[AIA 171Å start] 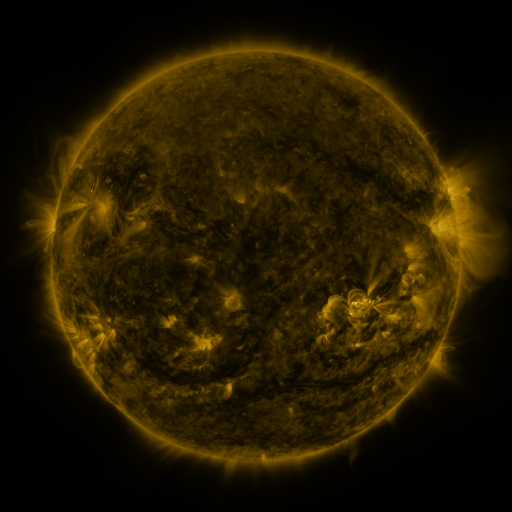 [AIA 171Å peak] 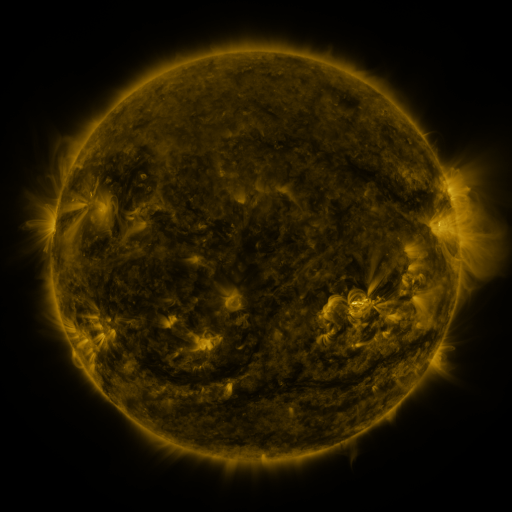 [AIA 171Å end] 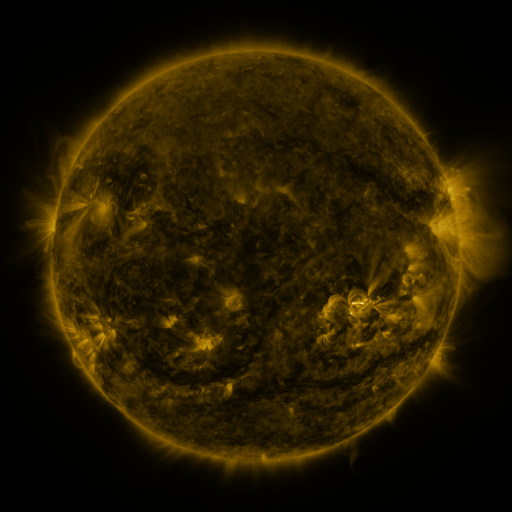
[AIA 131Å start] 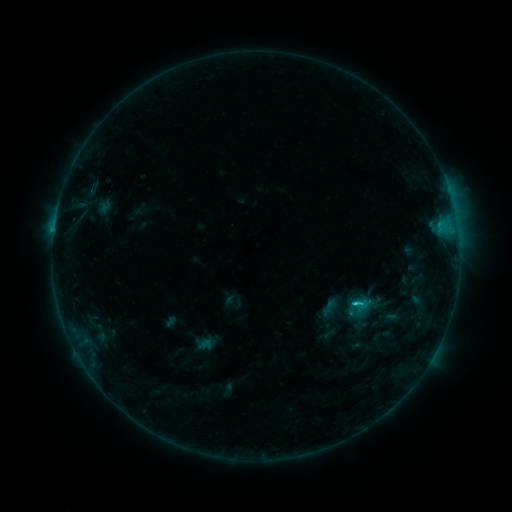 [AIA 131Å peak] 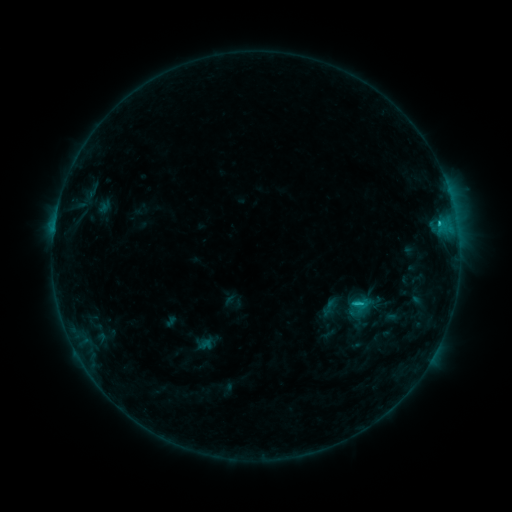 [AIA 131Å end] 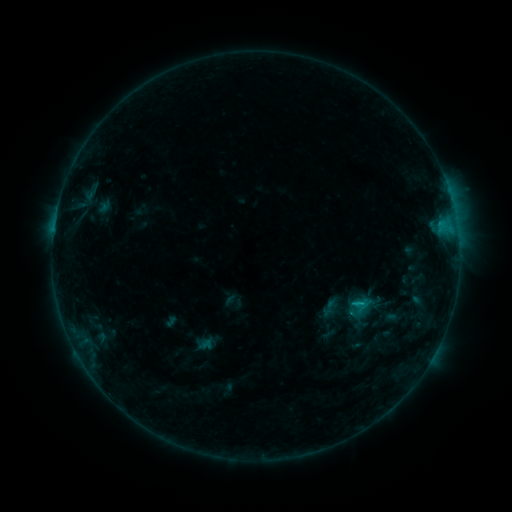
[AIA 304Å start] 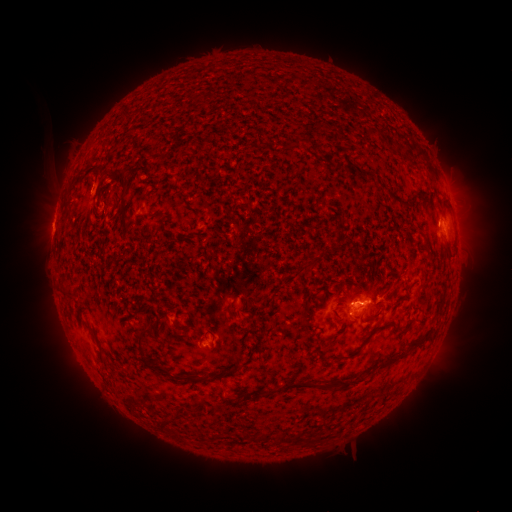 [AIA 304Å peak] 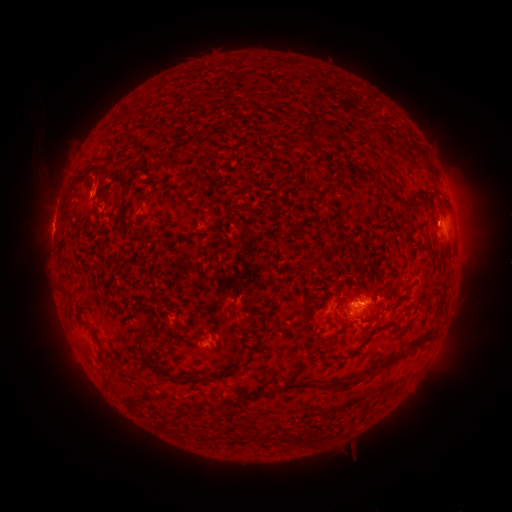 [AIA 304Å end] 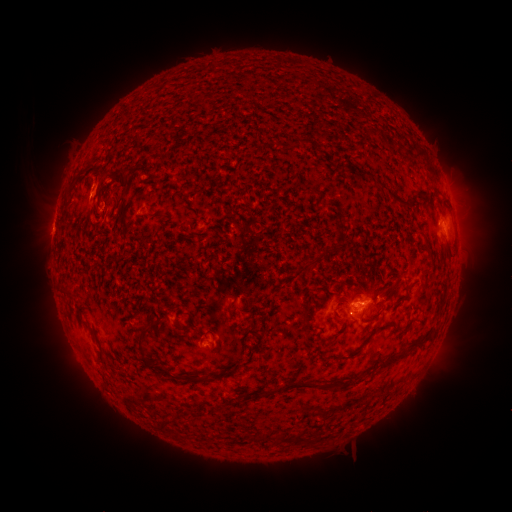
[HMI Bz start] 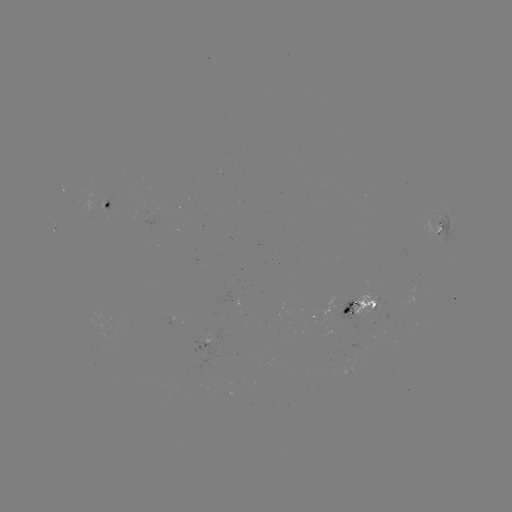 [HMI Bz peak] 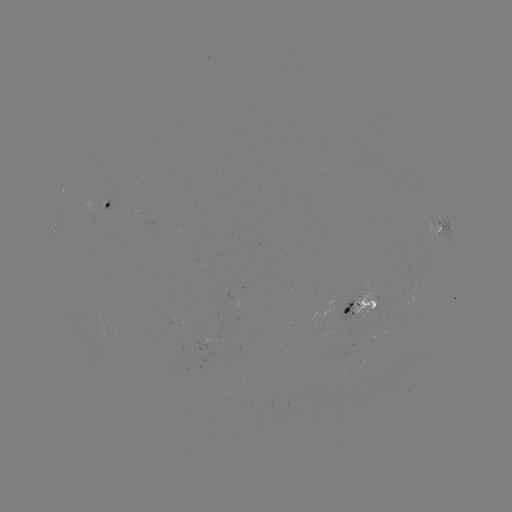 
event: eruption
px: (72, 351)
